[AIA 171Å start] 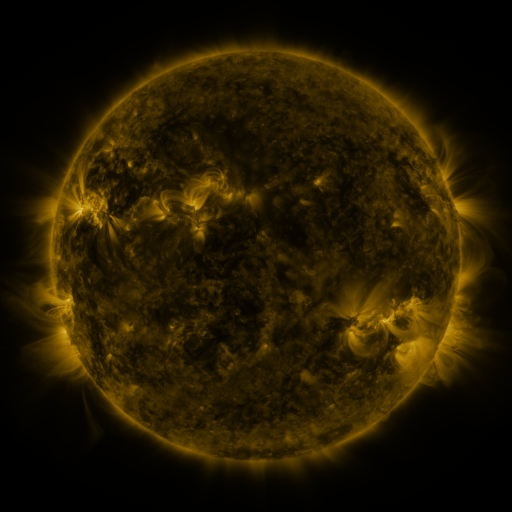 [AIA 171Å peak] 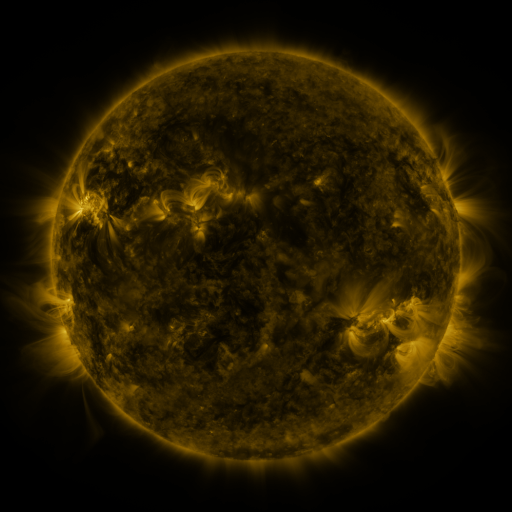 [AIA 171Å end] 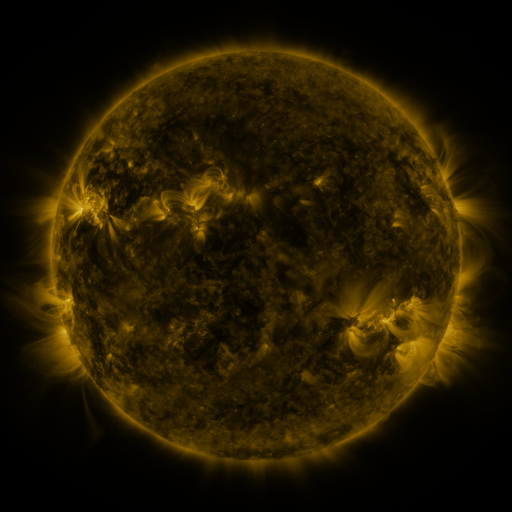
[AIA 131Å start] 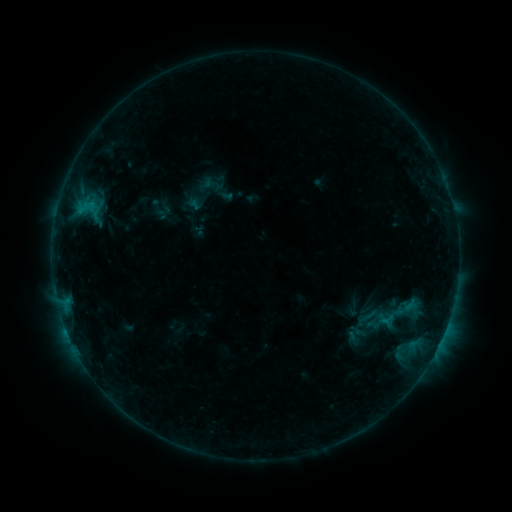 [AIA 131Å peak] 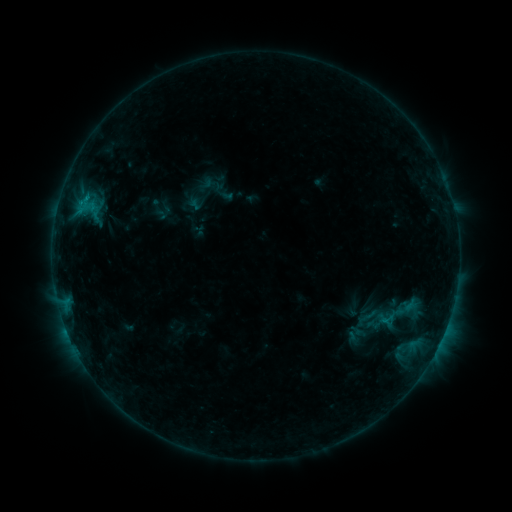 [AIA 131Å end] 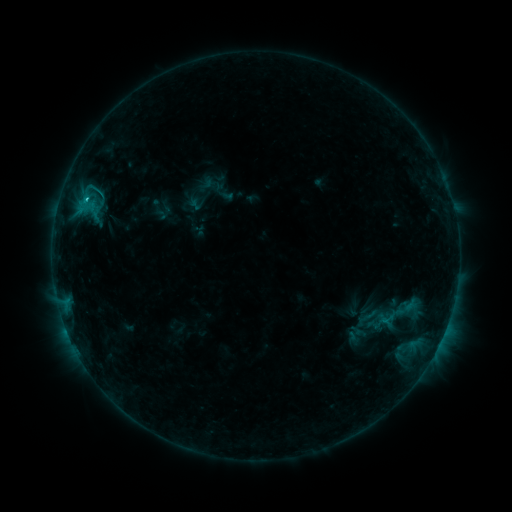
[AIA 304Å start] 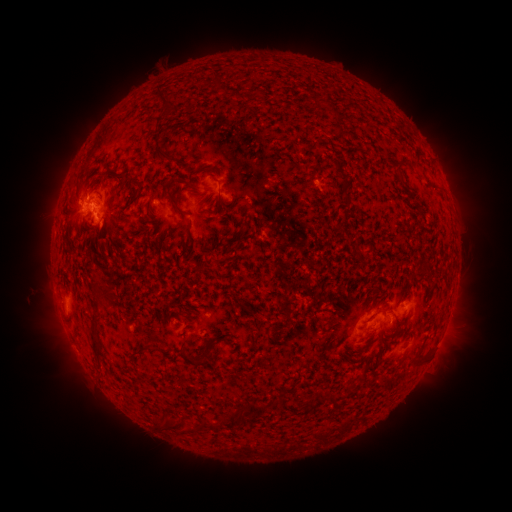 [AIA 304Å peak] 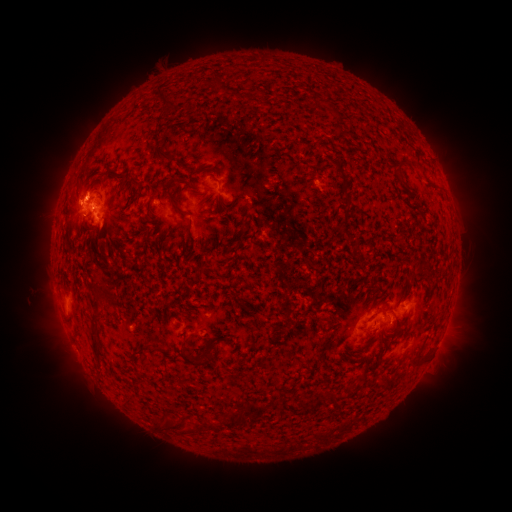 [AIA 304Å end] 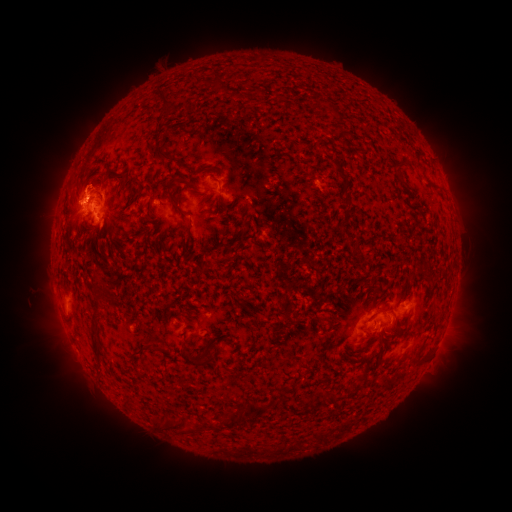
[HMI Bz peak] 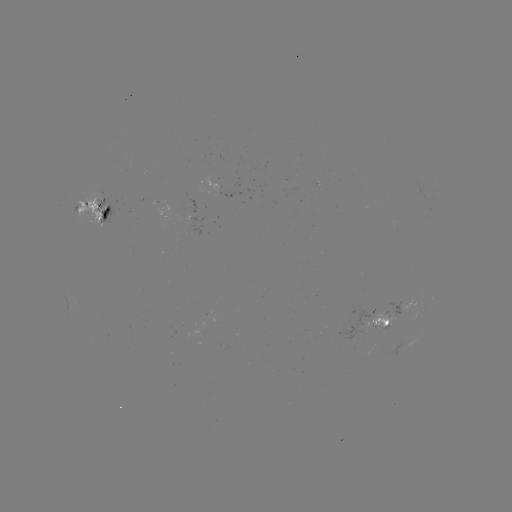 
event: eruption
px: (80, 182)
